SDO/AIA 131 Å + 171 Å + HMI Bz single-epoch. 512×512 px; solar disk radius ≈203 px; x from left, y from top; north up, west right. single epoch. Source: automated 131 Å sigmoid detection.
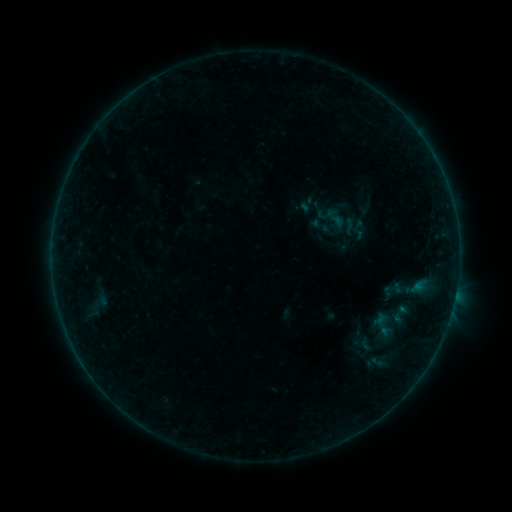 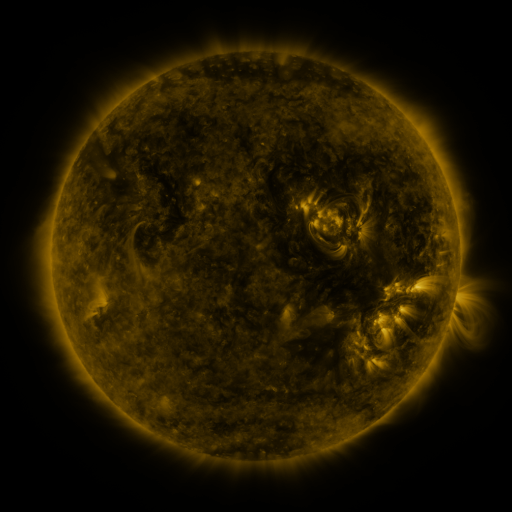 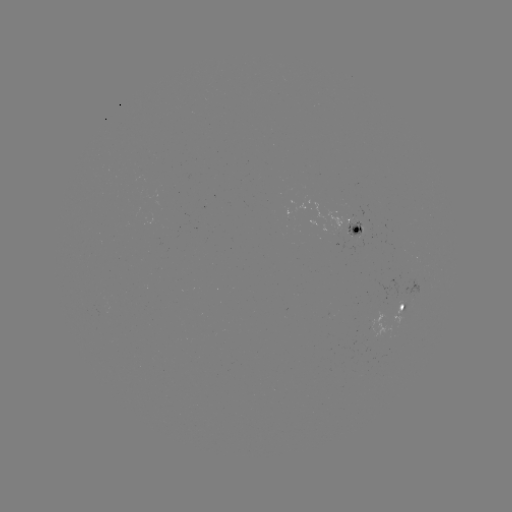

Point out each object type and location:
sigmoid: (331, 217)
sigmoid: (349, 227)
